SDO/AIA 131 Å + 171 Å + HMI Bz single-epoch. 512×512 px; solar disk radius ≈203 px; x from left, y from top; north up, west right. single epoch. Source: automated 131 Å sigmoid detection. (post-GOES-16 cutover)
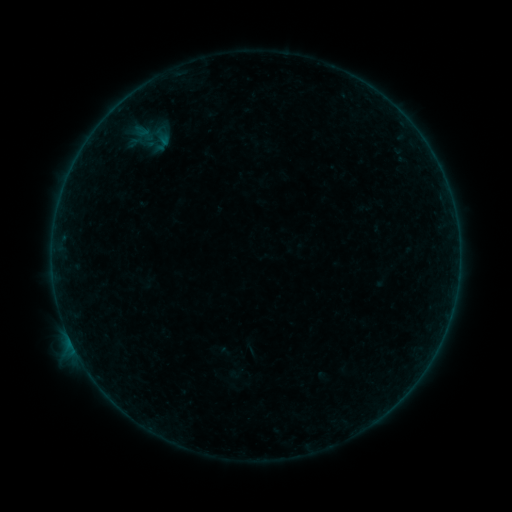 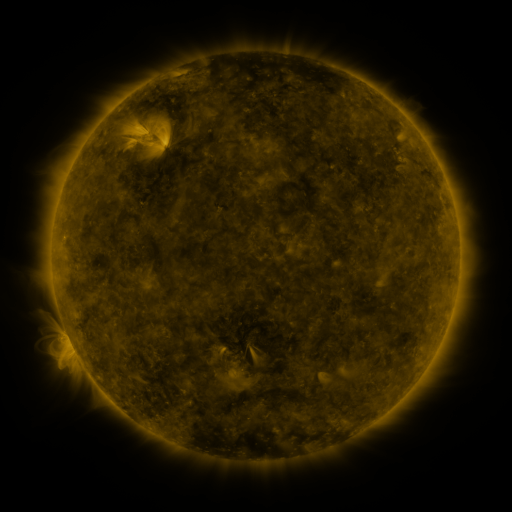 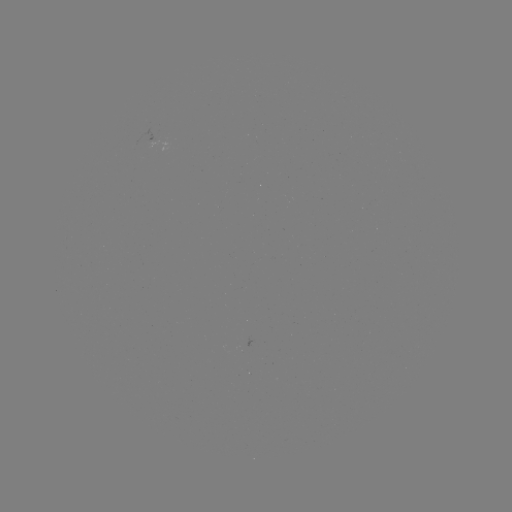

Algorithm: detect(sigmoid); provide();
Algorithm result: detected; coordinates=[162, 142]